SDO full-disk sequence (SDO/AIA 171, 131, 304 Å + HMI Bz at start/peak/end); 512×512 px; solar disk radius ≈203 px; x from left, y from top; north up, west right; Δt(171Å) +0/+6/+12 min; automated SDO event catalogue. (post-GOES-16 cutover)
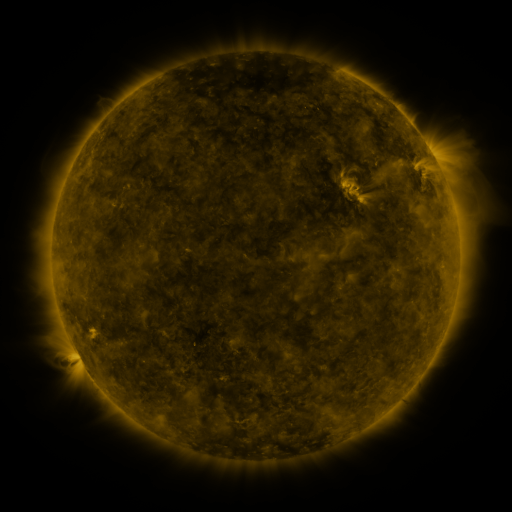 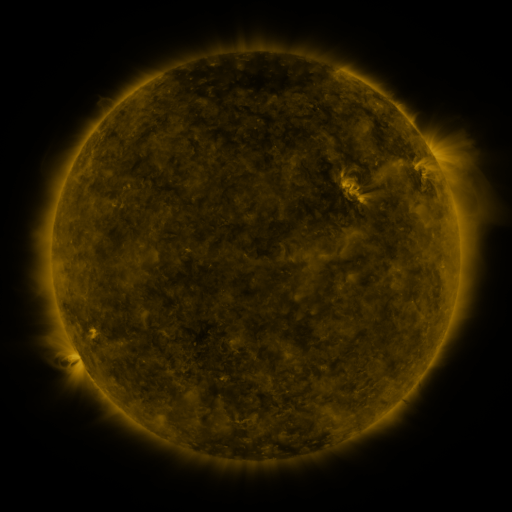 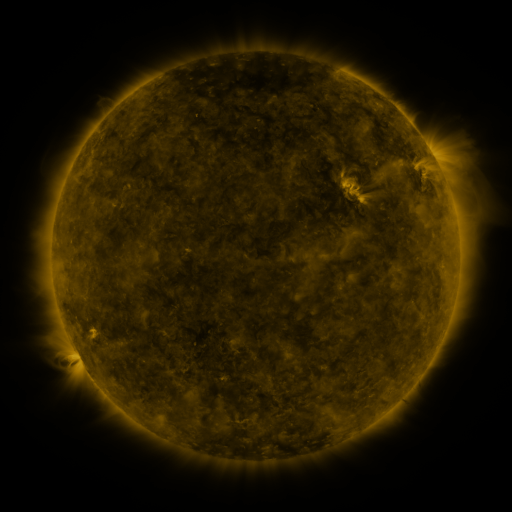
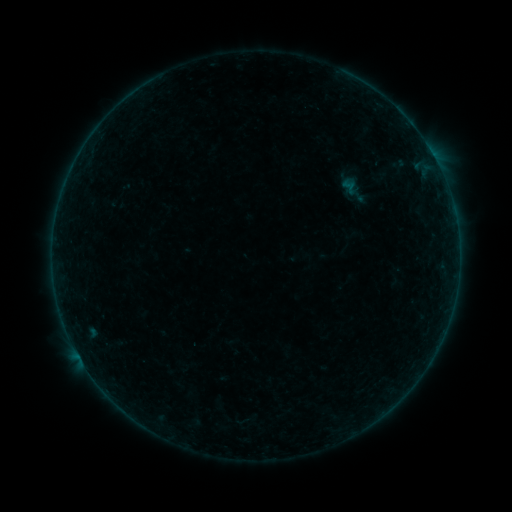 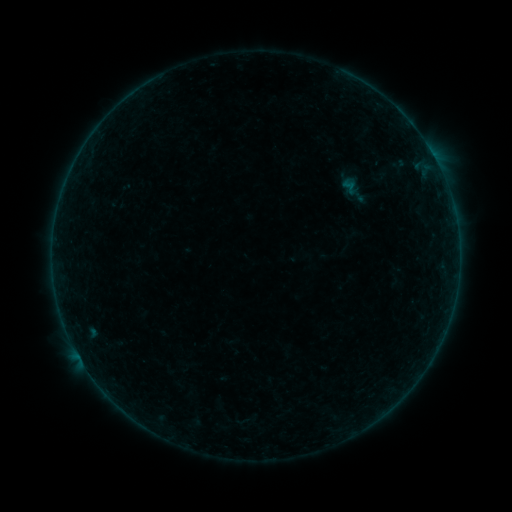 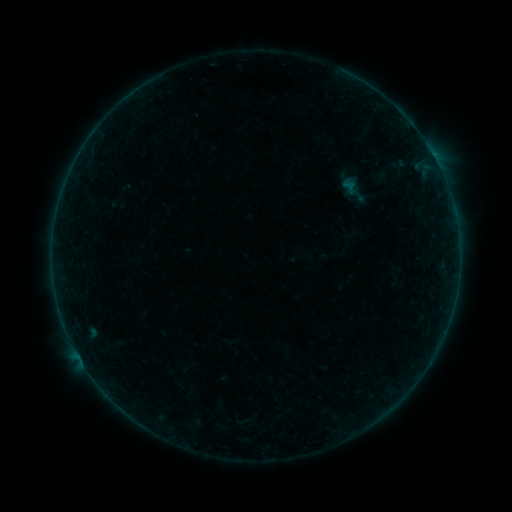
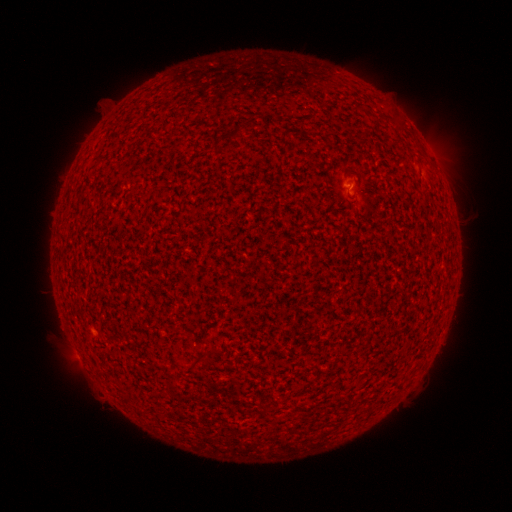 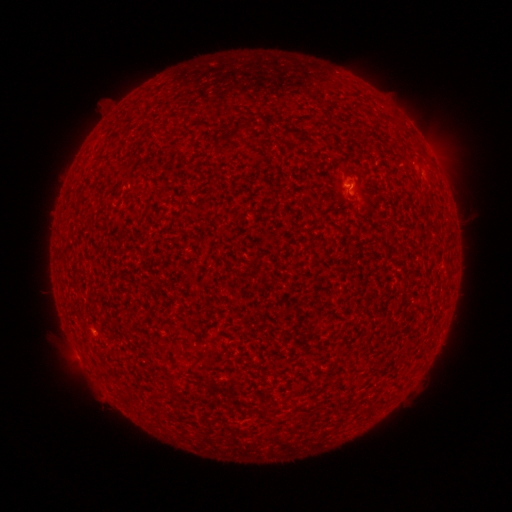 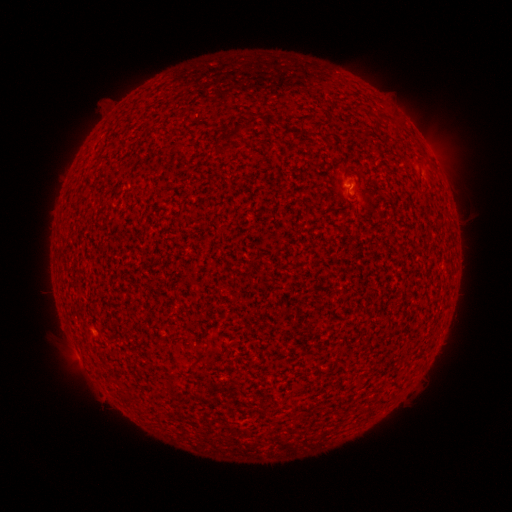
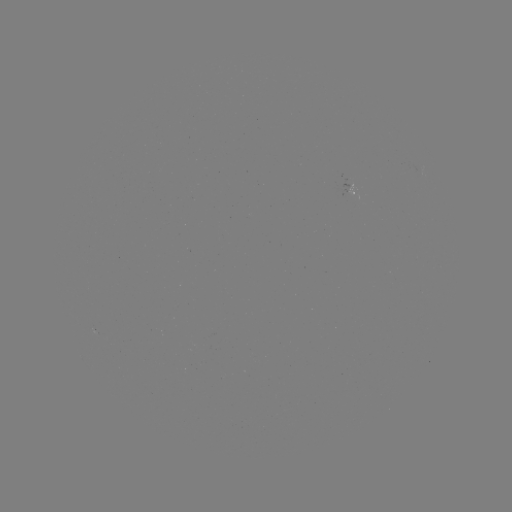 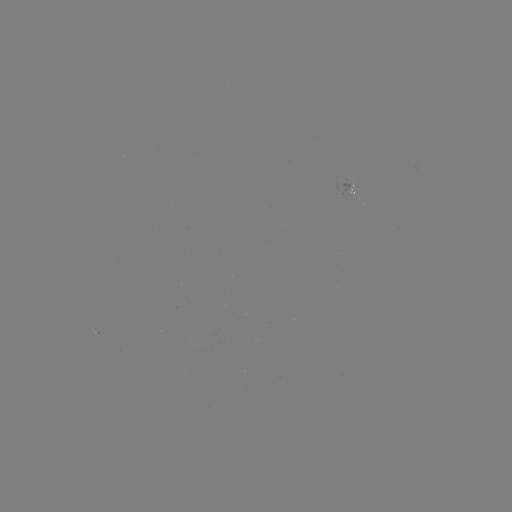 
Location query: A5.3 flare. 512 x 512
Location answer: [348, 188].